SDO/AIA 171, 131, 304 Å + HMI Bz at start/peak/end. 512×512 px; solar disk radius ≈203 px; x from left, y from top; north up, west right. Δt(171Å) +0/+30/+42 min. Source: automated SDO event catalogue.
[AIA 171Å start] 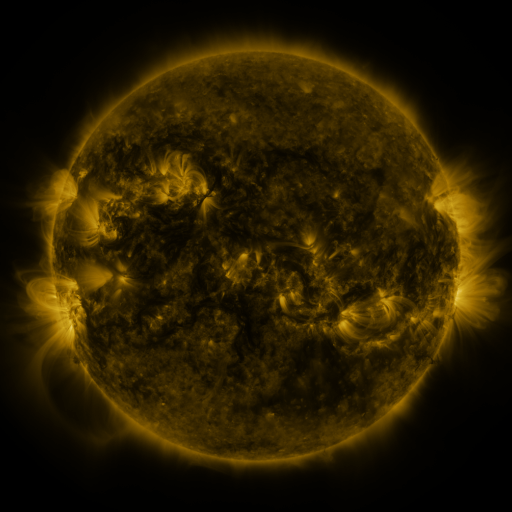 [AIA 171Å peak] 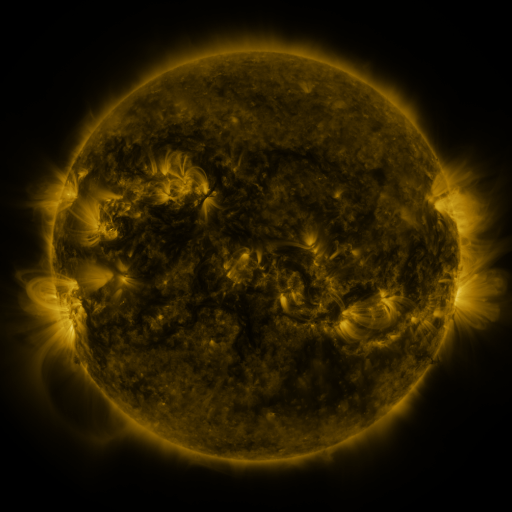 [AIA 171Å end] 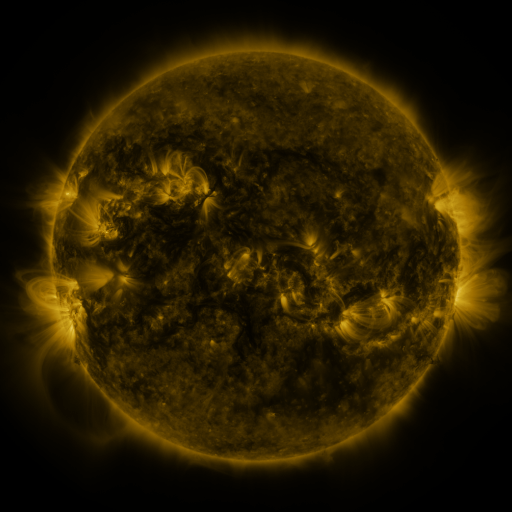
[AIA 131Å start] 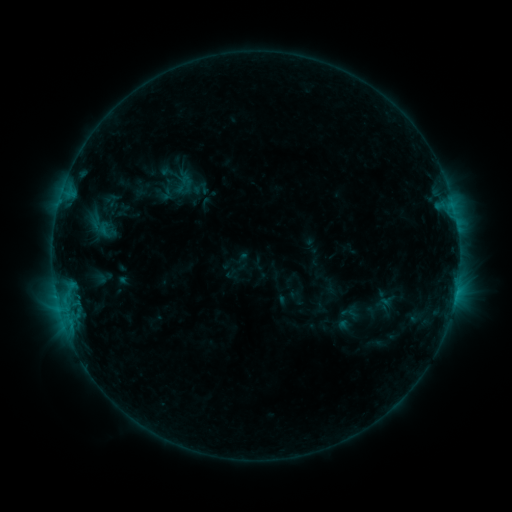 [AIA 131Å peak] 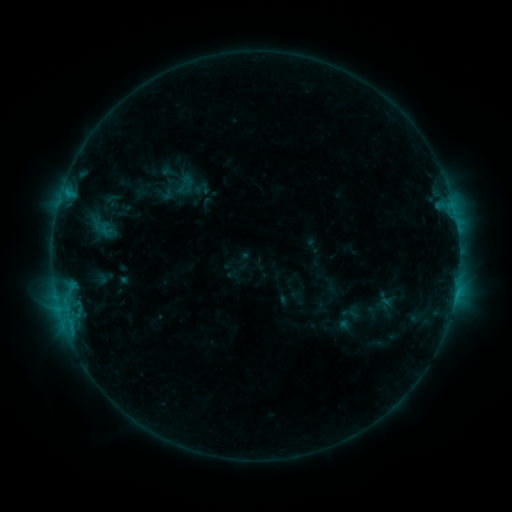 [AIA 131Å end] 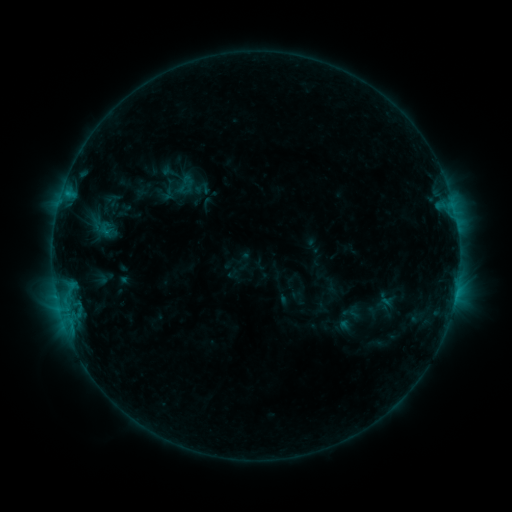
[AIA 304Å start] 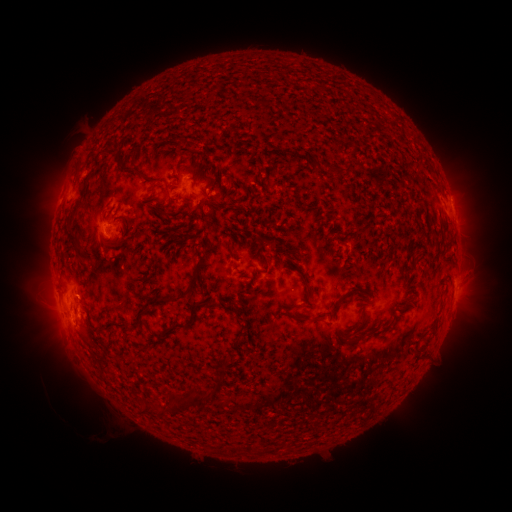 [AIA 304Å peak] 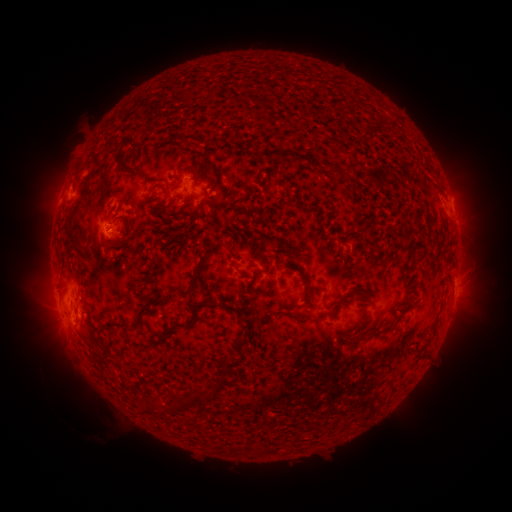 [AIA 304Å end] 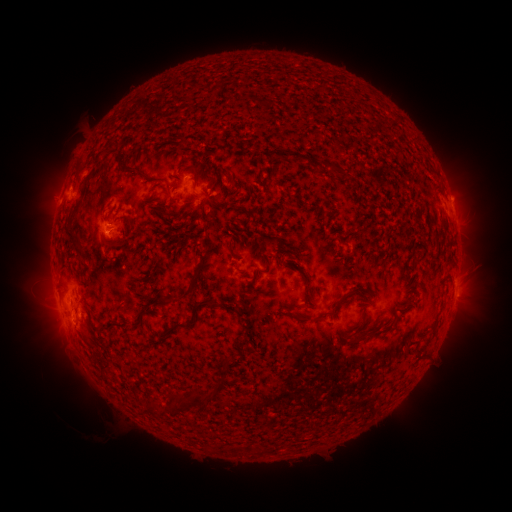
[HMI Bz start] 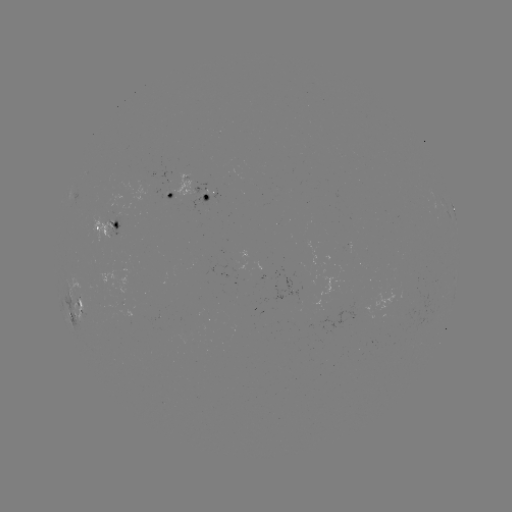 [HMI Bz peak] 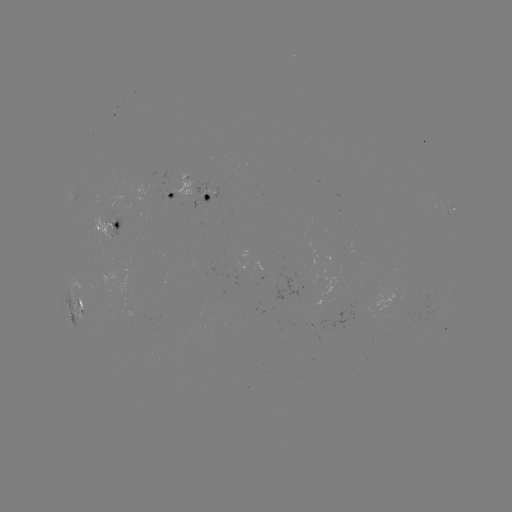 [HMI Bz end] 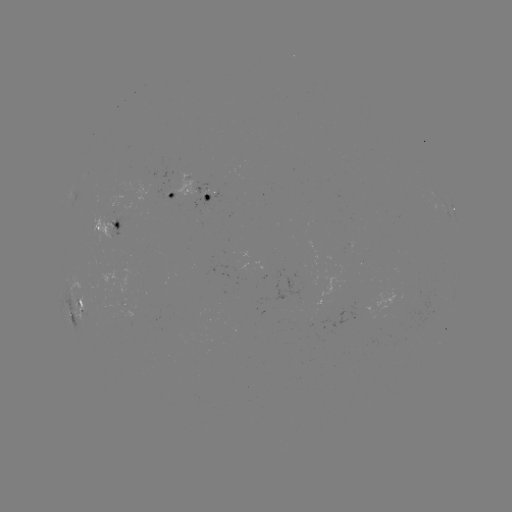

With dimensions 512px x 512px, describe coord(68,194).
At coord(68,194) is B8.3 flare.